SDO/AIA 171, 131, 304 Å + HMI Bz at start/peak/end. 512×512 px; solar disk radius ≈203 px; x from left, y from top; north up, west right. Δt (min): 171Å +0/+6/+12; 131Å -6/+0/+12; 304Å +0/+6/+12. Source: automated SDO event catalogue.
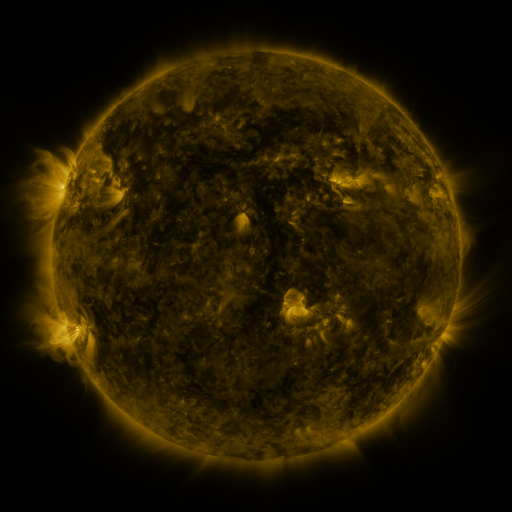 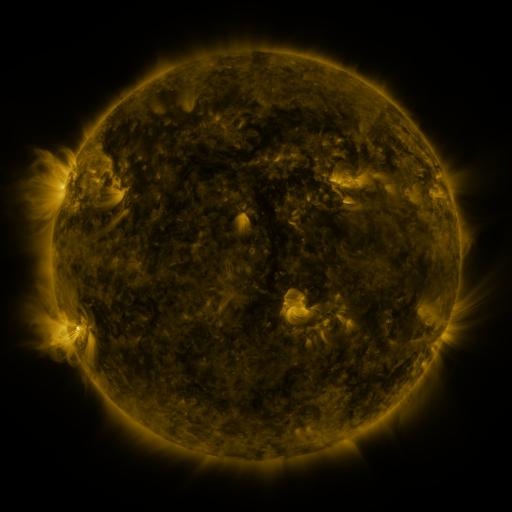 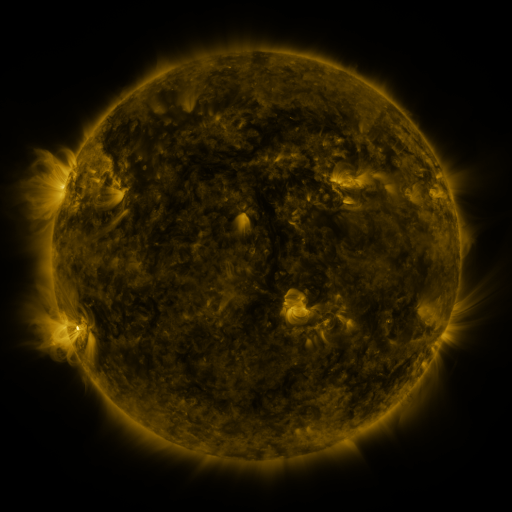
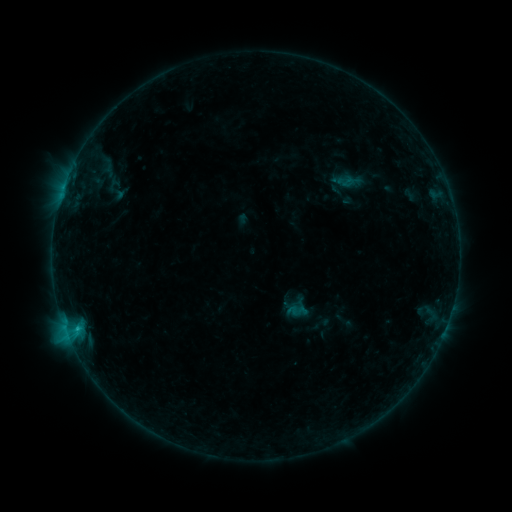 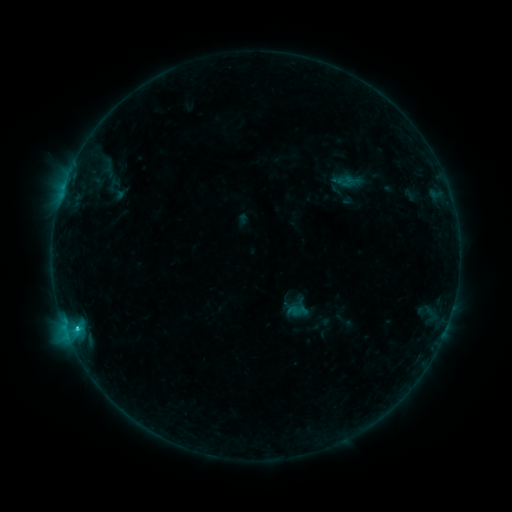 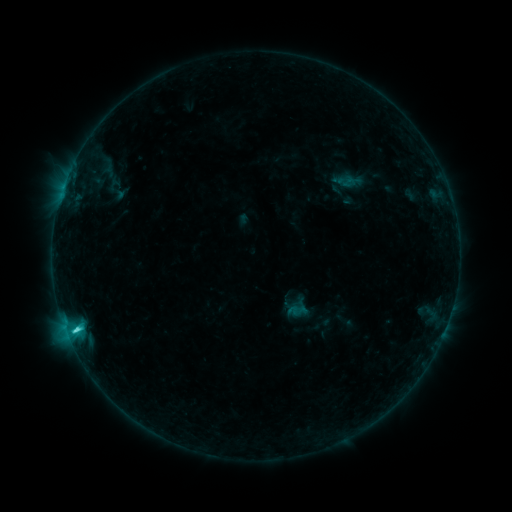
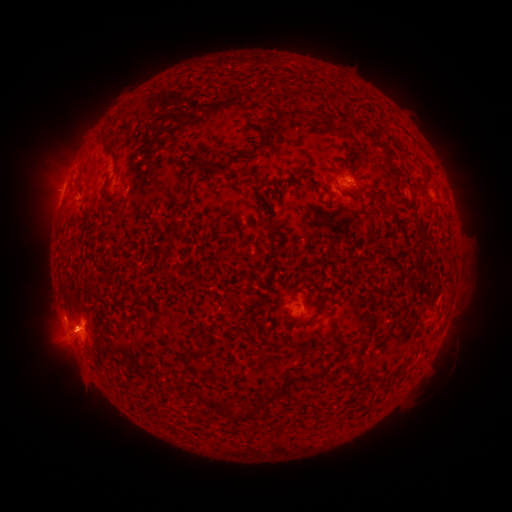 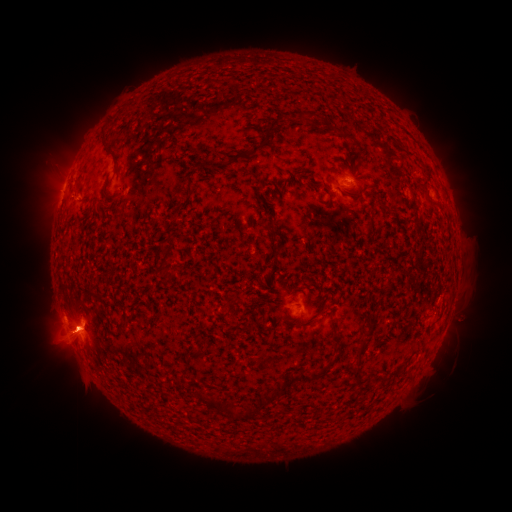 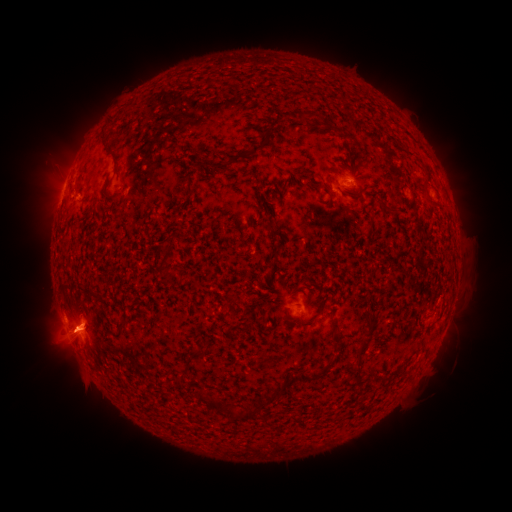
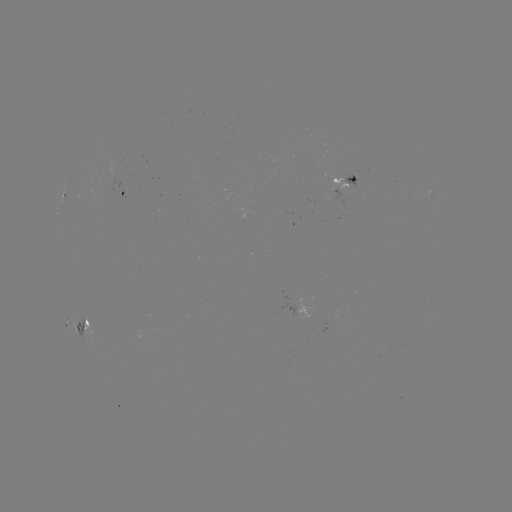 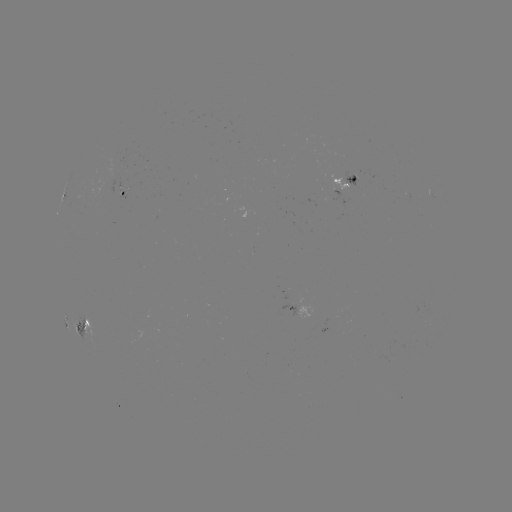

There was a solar eruption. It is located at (55, 336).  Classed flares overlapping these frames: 1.